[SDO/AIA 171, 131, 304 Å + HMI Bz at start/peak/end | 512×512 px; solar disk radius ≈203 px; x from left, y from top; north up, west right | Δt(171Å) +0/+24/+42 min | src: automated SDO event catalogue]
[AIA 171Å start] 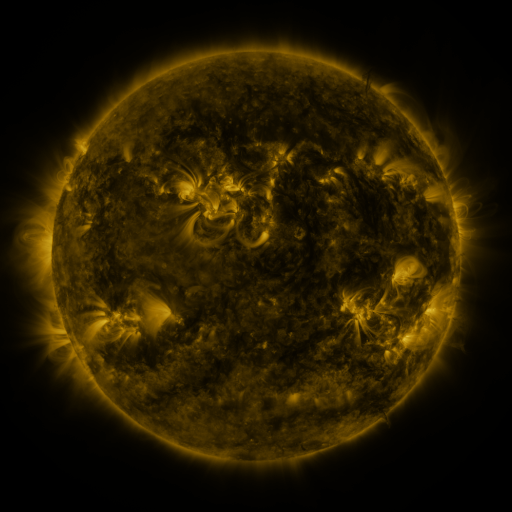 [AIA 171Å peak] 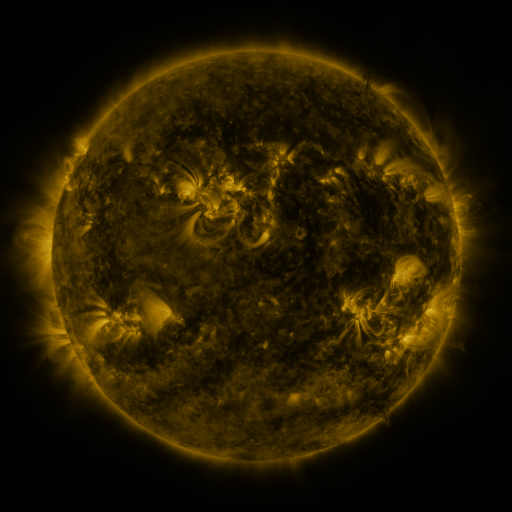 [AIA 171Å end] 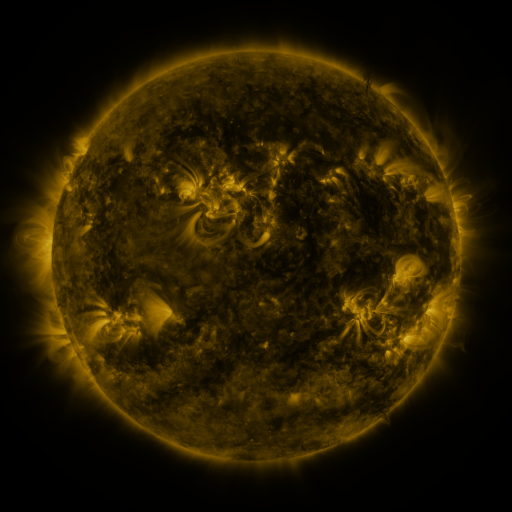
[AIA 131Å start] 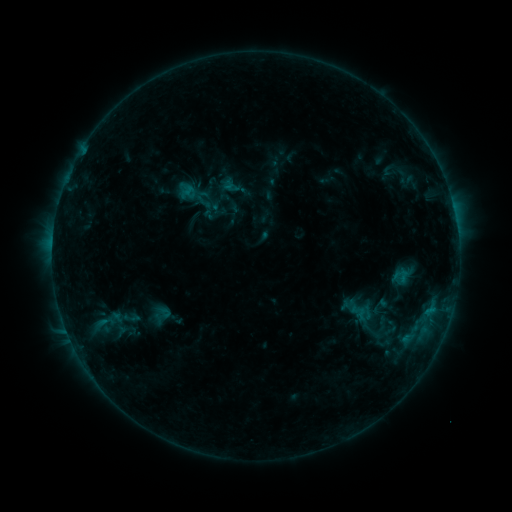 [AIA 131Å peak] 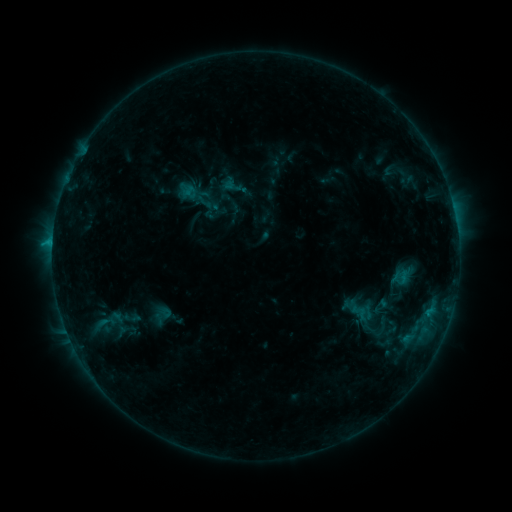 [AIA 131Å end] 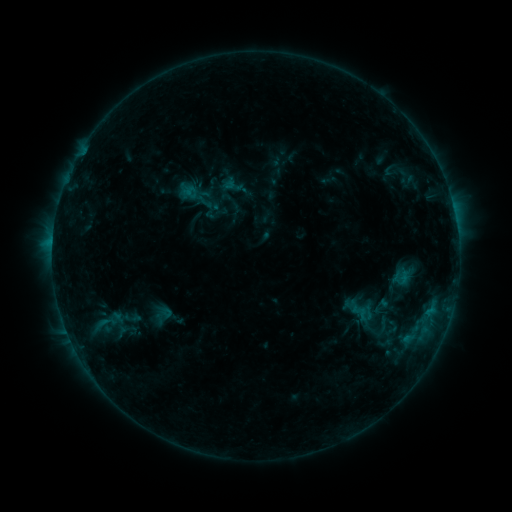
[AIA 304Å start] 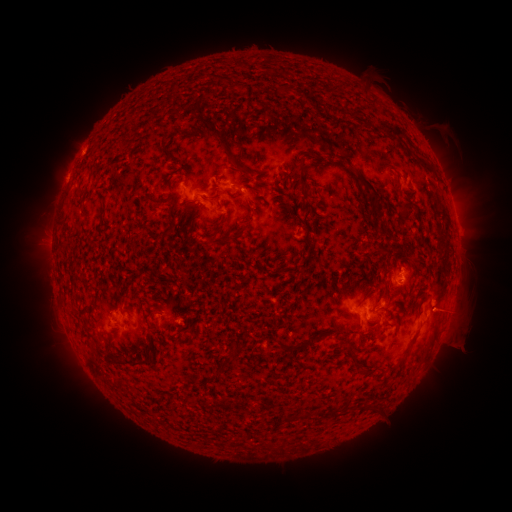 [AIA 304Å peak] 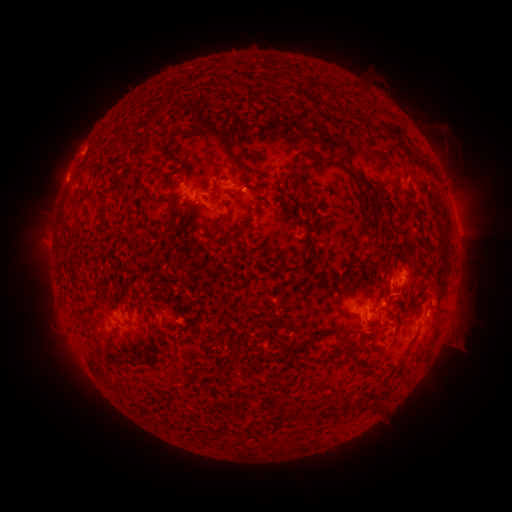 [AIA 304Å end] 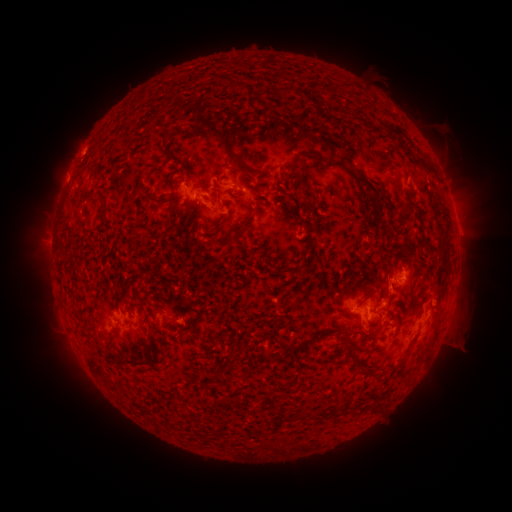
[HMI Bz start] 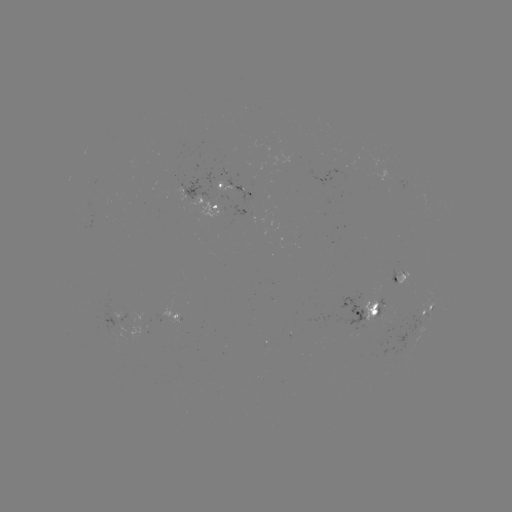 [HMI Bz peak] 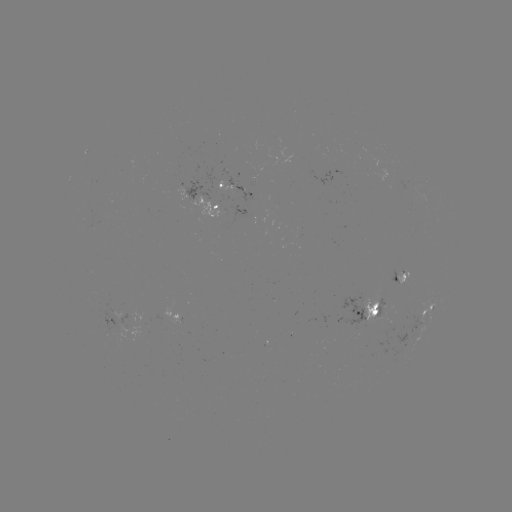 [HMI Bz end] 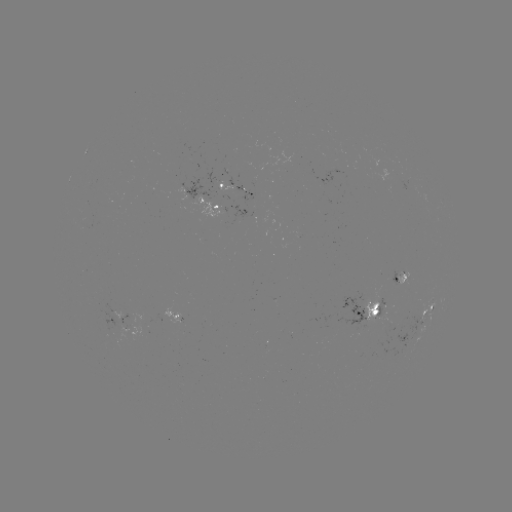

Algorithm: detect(C1.1 flare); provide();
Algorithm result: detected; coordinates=[53, 245]